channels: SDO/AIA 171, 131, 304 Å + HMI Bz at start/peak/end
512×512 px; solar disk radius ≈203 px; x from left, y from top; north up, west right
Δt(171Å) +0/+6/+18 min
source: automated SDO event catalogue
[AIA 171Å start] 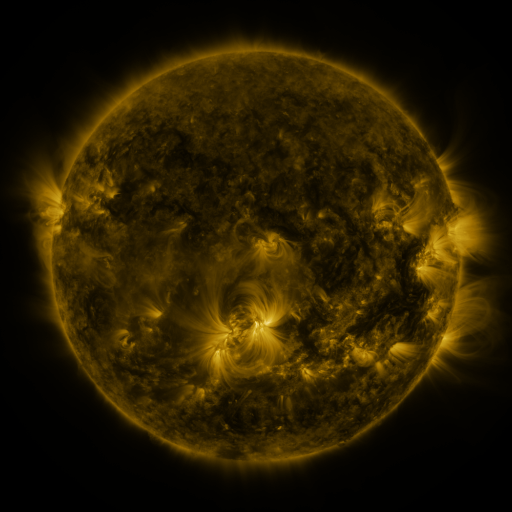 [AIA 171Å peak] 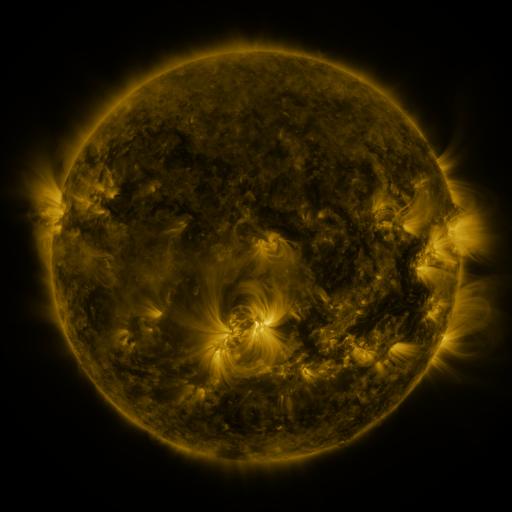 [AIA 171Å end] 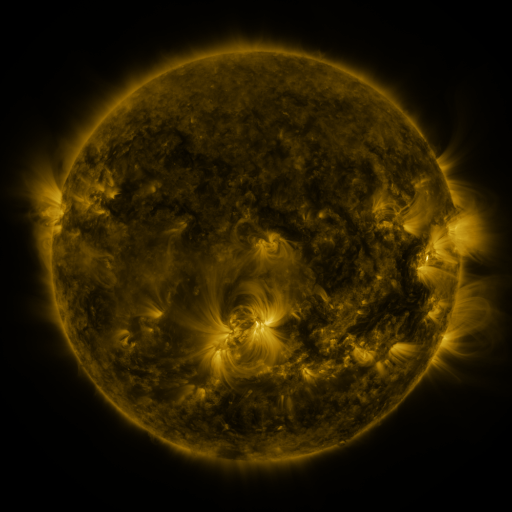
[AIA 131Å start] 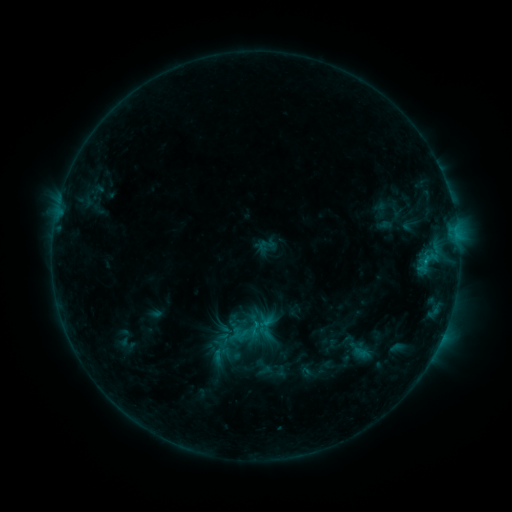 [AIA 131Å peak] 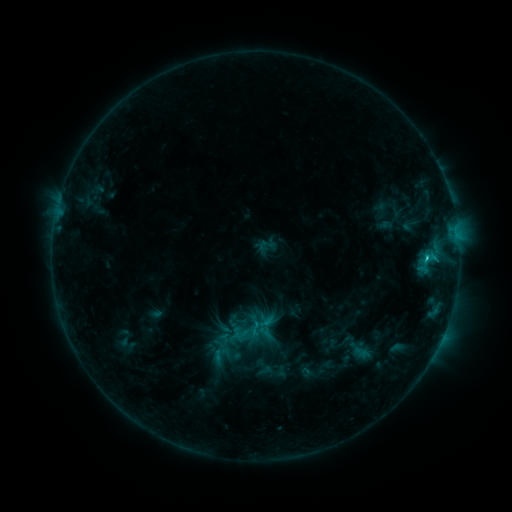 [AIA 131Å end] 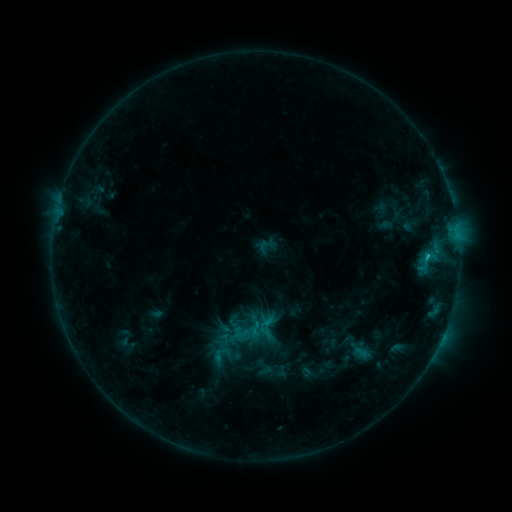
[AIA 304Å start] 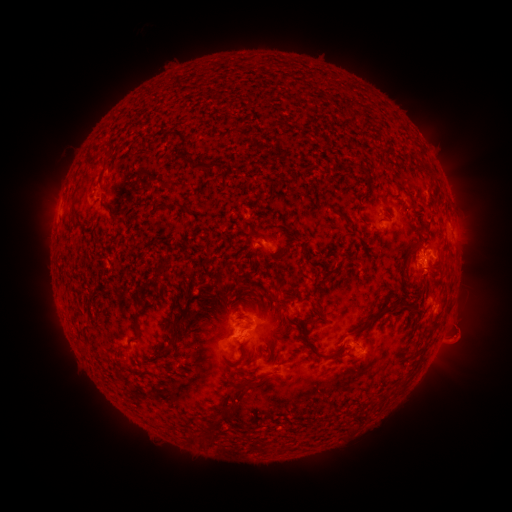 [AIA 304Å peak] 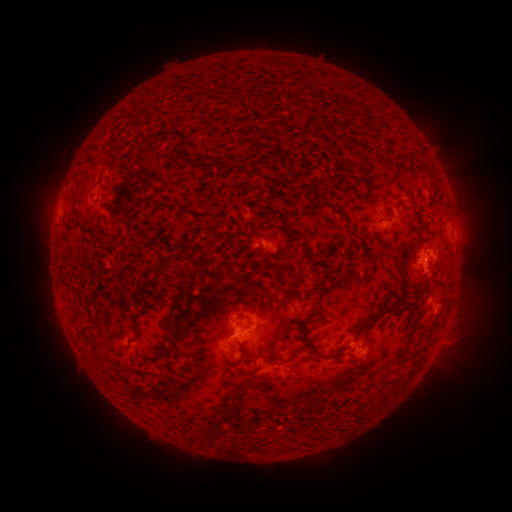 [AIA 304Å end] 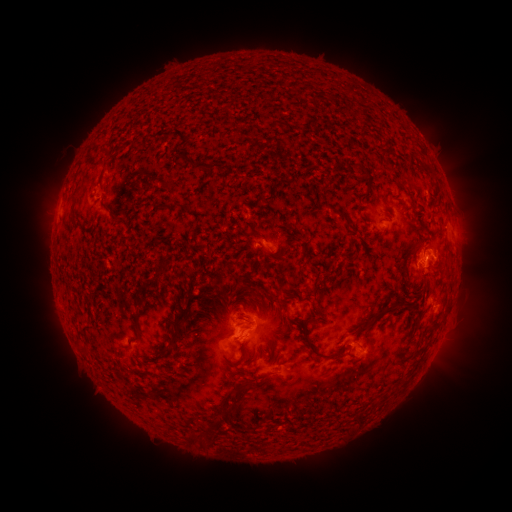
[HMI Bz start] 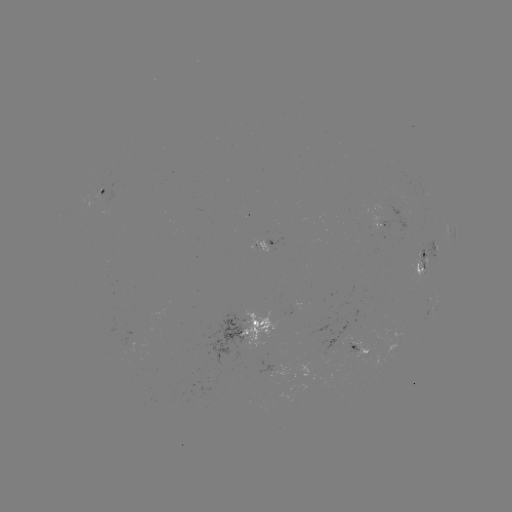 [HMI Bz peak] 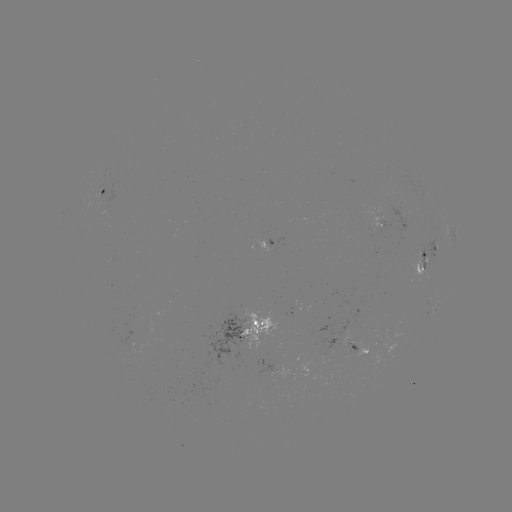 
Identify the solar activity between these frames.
C1.1 flare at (426, 259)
